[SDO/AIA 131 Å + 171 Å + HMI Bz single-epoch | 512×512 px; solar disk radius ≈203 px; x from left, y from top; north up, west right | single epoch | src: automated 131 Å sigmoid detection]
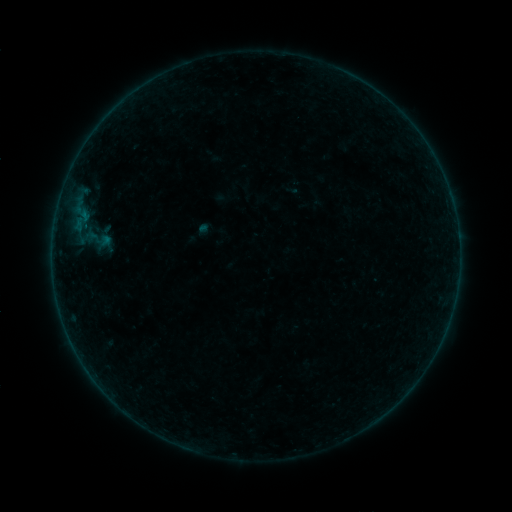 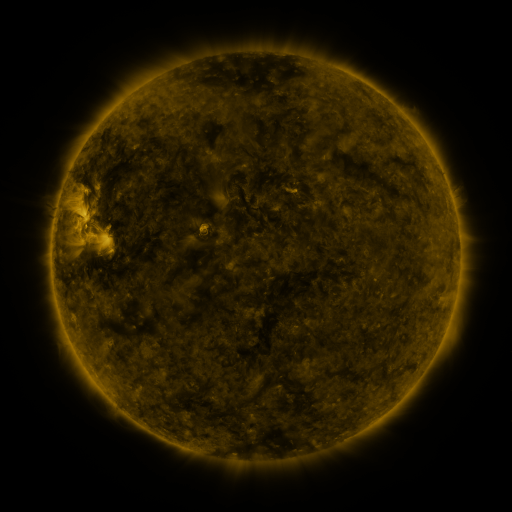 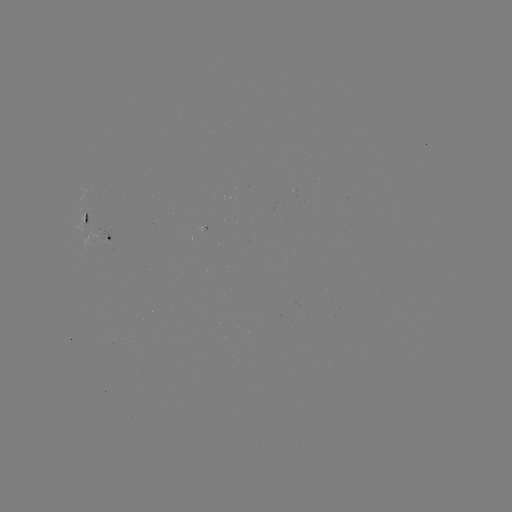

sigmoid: <bbox>82, 223, 113, 254</bbox>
